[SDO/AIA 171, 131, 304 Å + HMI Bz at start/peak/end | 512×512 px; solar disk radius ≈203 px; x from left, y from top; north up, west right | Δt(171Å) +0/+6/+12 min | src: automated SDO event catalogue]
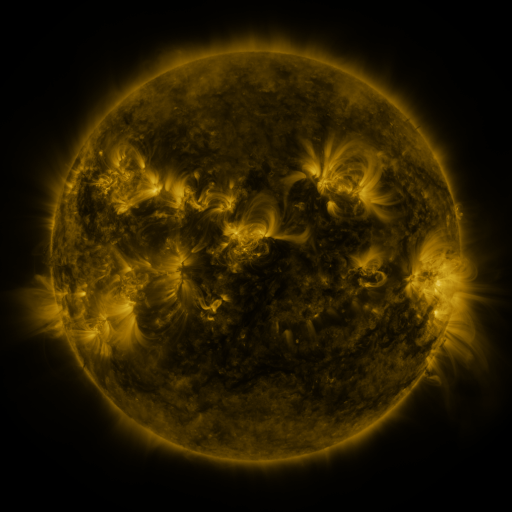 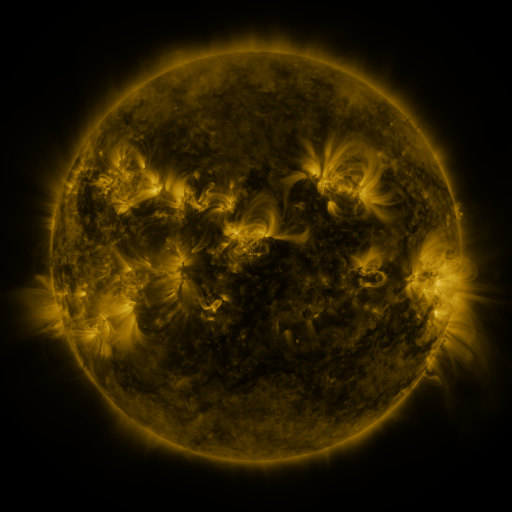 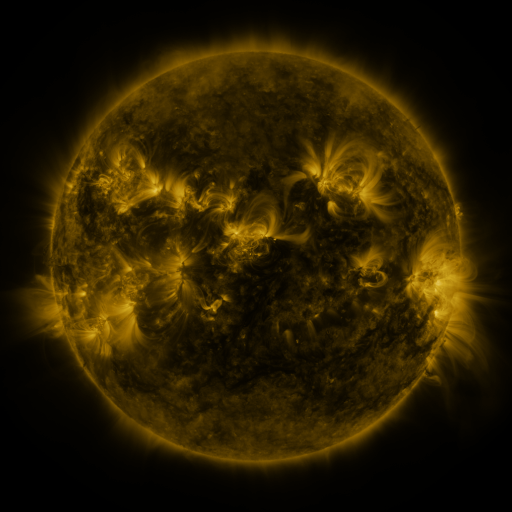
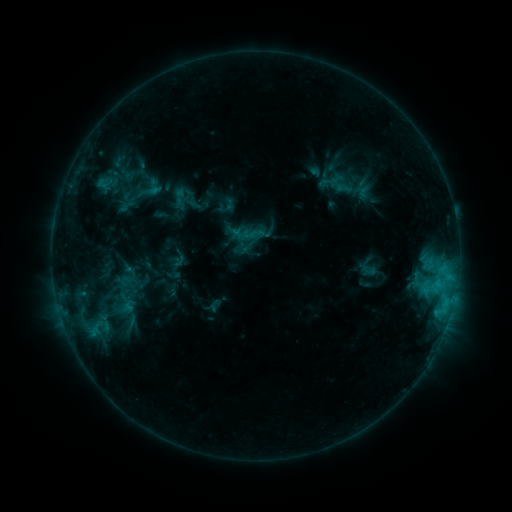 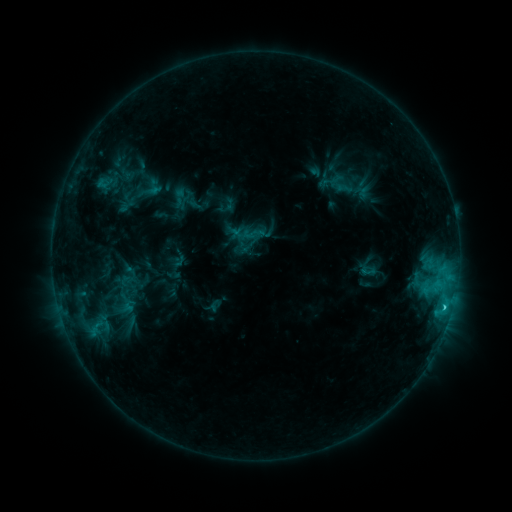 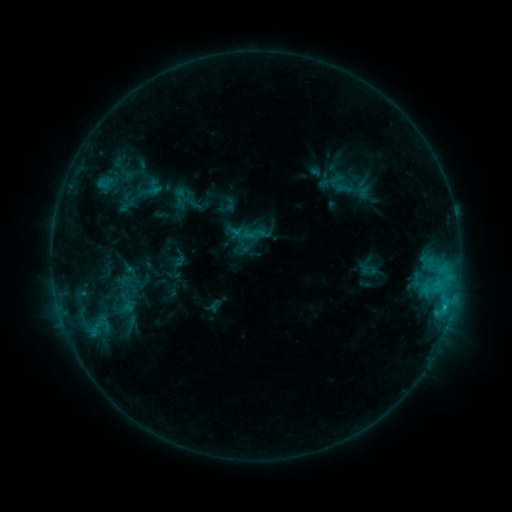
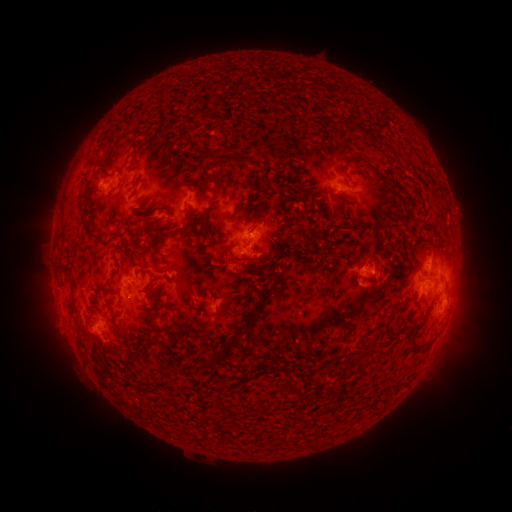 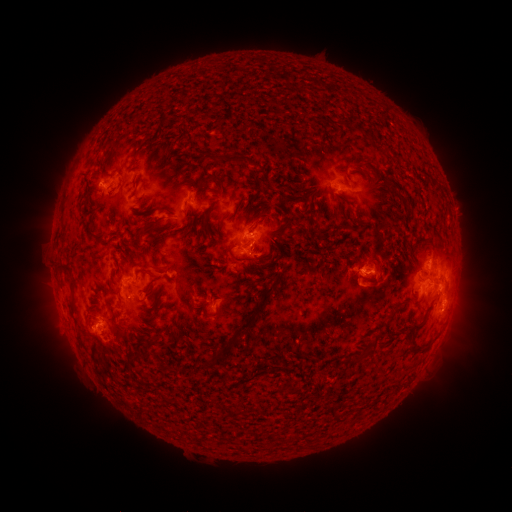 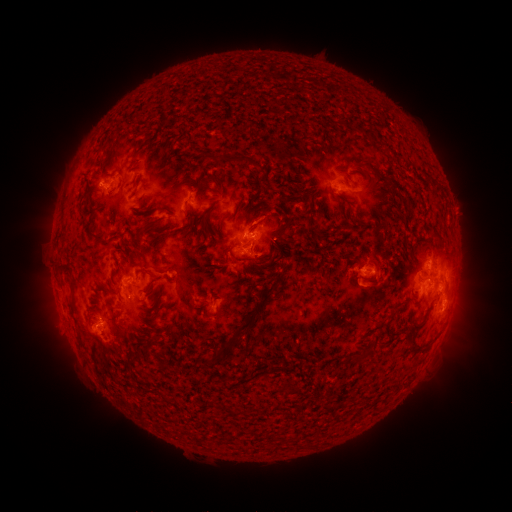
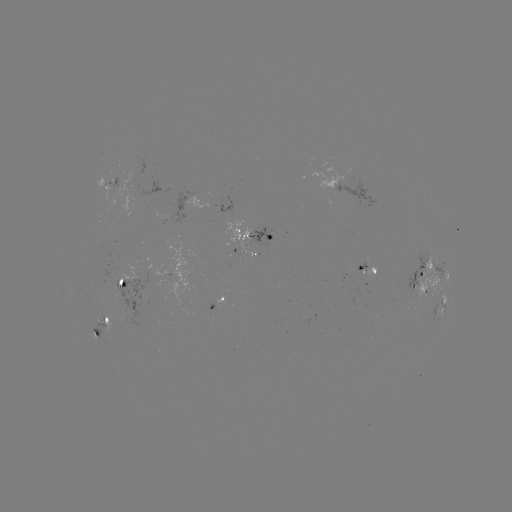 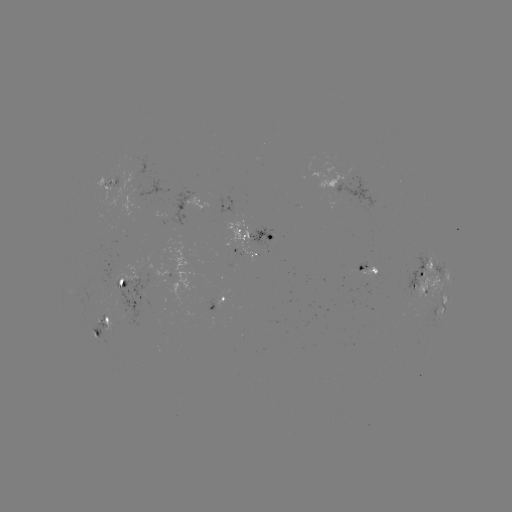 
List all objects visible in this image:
C1.5 flare: (444, 305)
